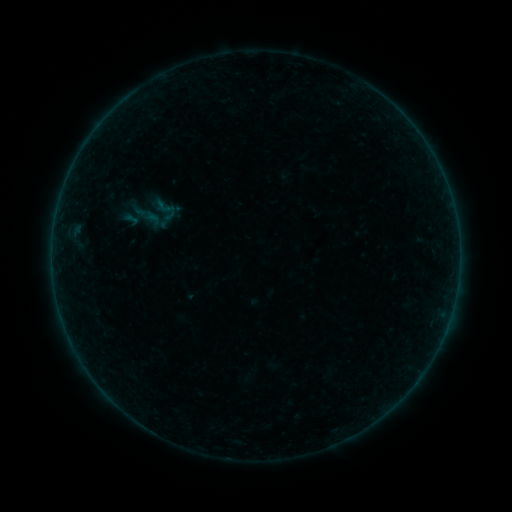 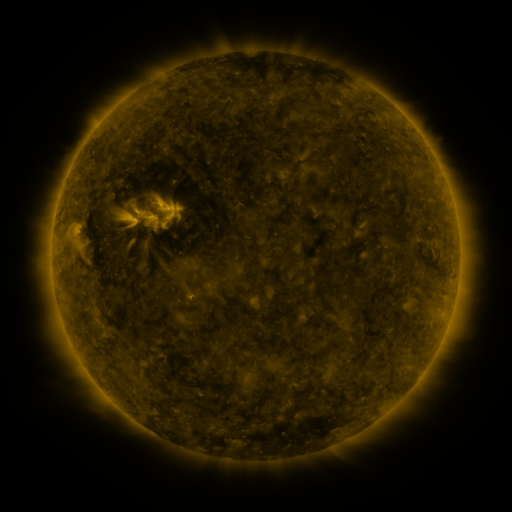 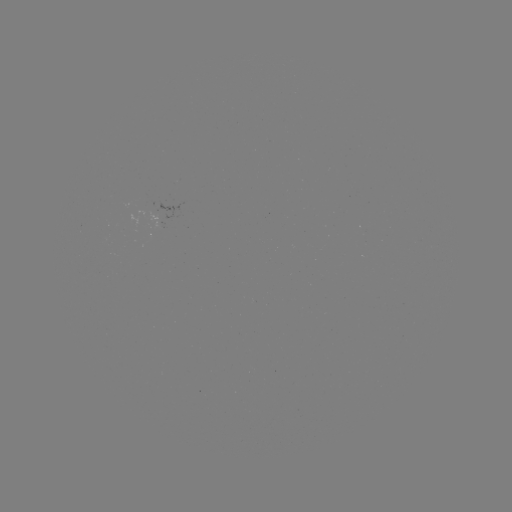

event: sigmoid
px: (166, 210)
